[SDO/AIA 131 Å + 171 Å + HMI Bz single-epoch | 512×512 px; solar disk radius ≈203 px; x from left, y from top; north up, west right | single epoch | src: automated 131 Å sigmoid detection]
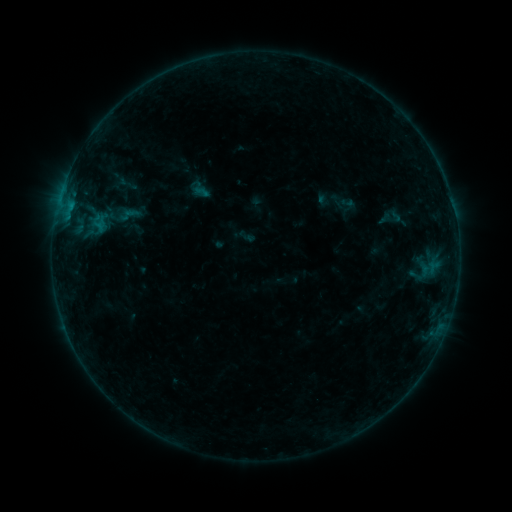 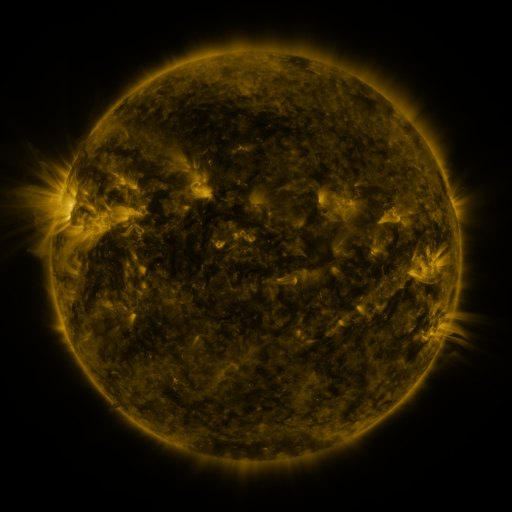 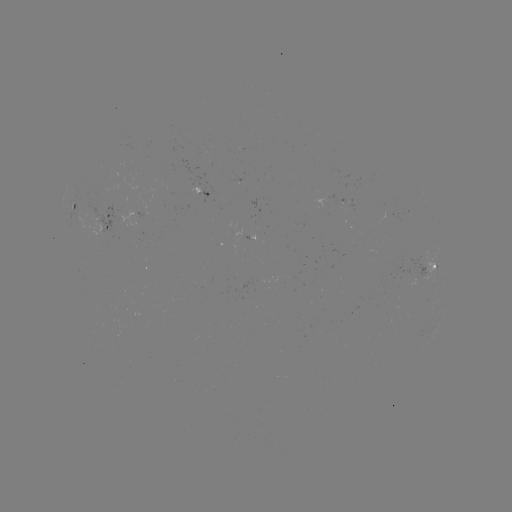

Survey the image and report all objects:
sigmoid: (129, 214)
